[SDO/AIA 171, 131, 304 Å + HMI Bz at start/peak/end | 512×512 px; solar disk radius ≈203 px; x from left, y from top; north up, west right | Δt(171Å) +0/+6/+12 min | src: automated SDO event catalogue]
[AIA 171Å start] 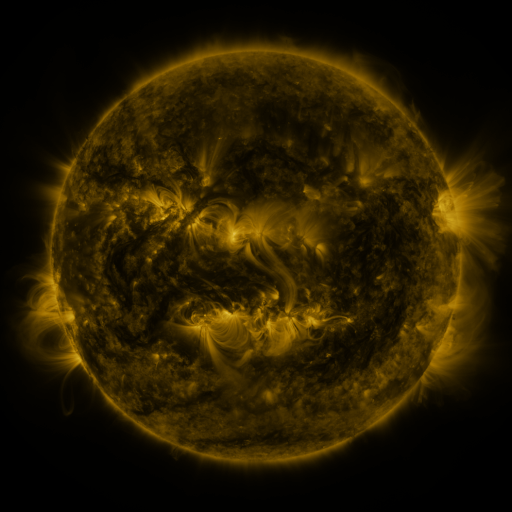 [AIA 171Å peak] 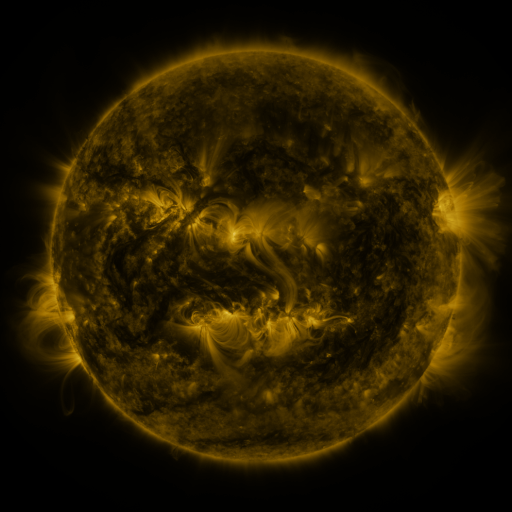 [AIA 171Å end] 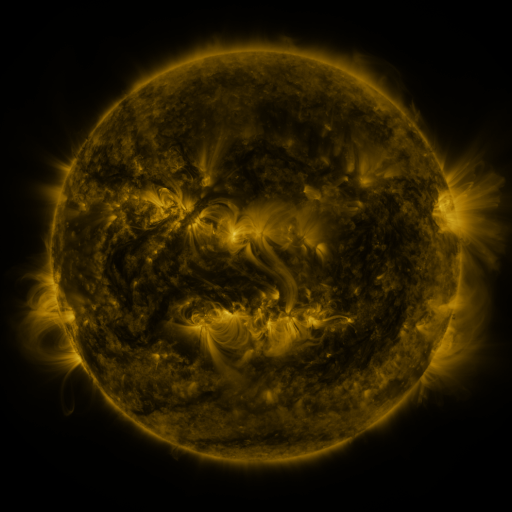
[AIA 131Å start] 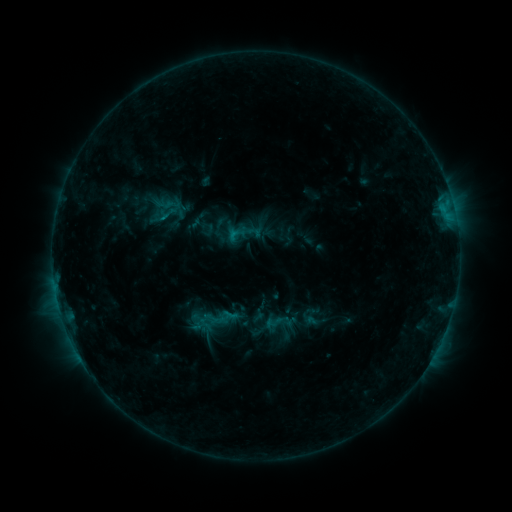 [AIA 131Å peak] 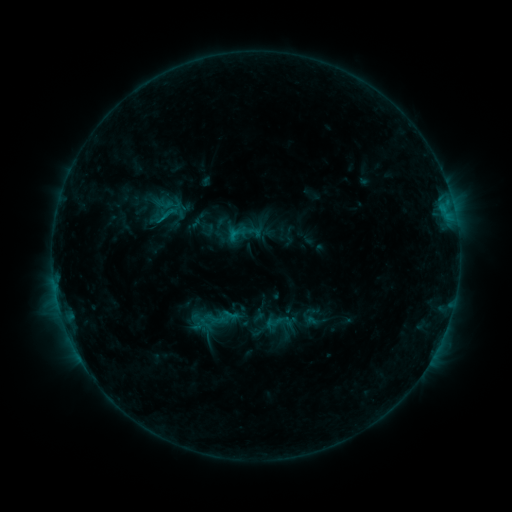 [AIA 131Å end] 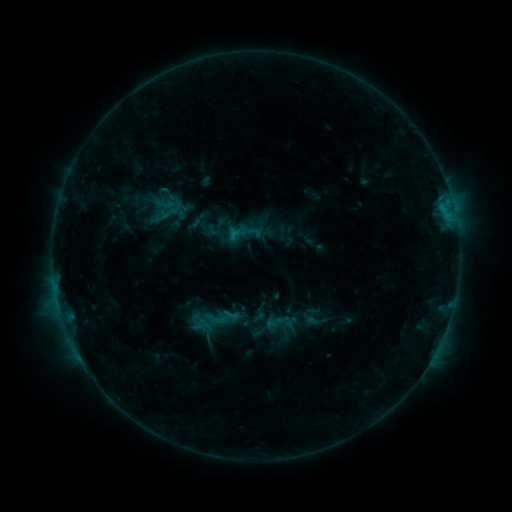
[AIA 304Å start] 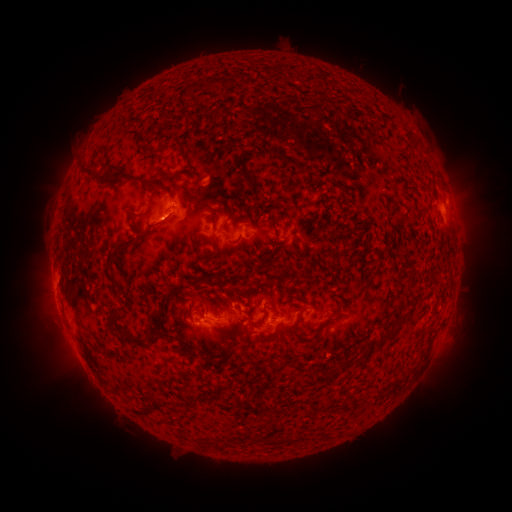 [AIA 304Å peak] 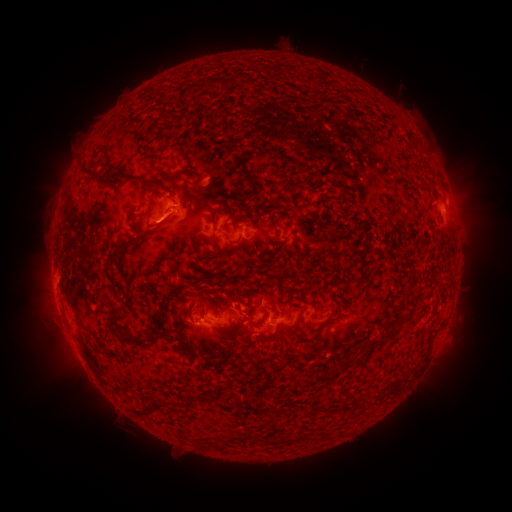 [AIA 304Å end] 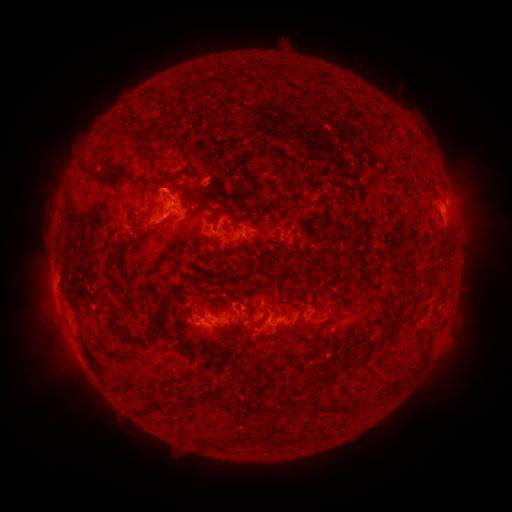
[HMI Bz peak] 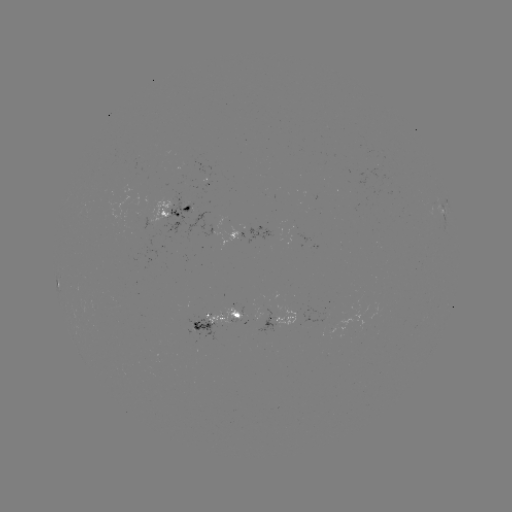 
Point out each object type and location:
eruption: (160, 190)
